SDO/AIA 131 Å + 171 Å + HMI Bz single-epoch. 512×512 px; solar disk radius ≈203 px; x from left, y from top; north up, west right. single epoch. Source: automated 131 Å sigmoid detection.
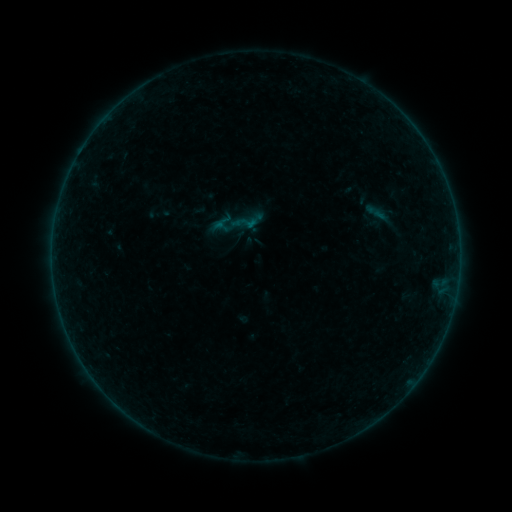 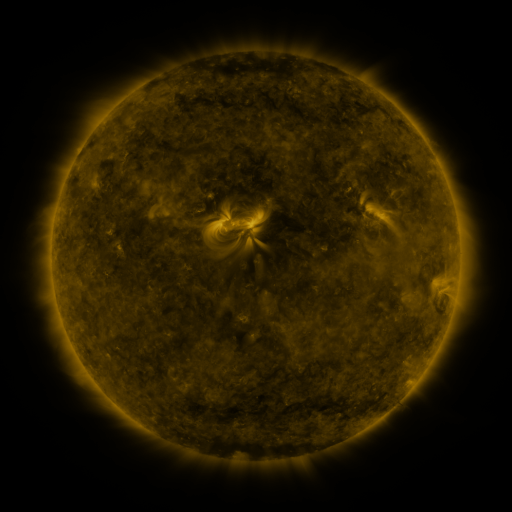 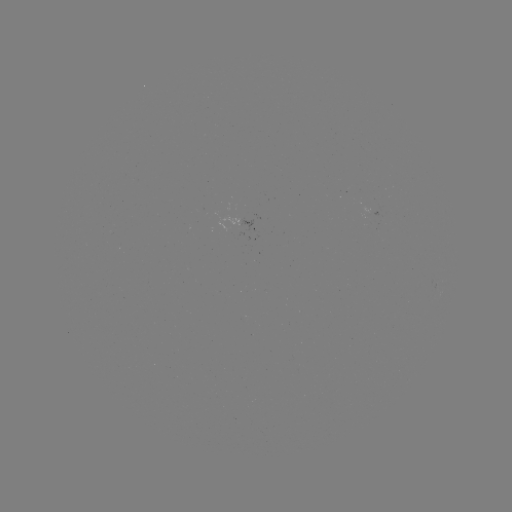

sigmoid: [231, 209, 258, 236]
